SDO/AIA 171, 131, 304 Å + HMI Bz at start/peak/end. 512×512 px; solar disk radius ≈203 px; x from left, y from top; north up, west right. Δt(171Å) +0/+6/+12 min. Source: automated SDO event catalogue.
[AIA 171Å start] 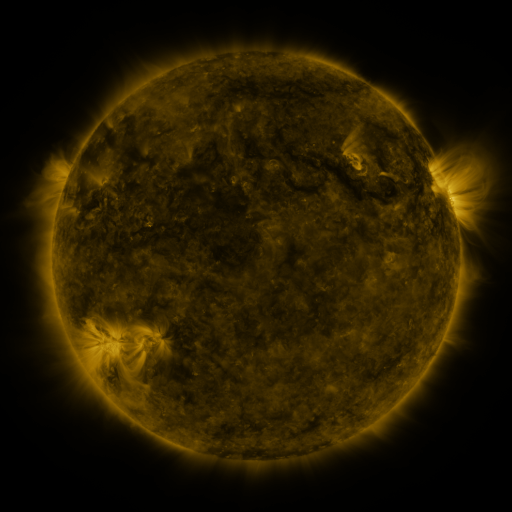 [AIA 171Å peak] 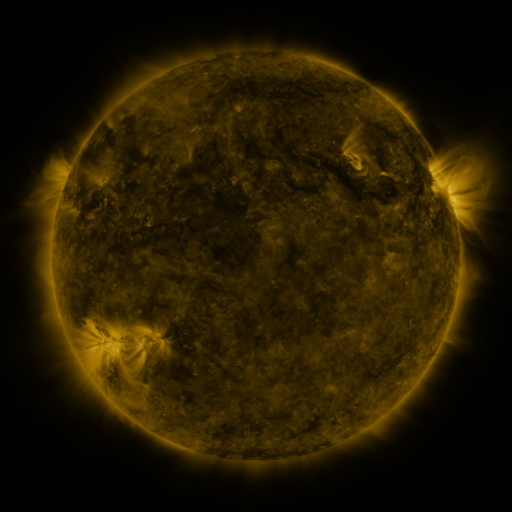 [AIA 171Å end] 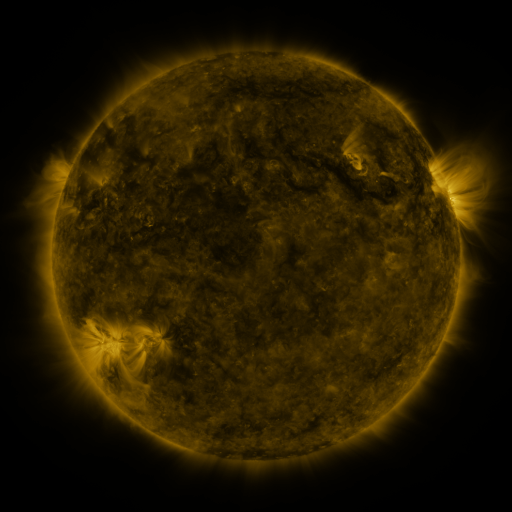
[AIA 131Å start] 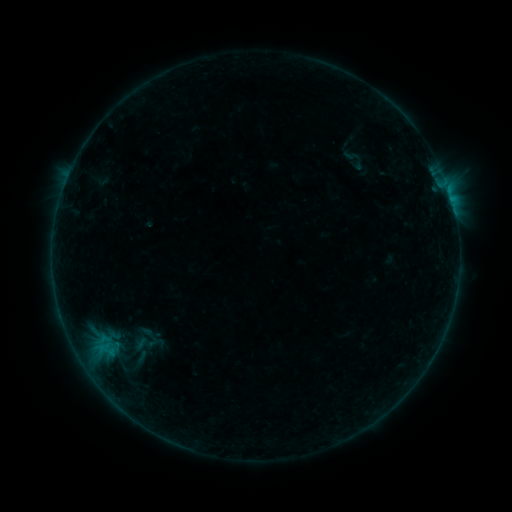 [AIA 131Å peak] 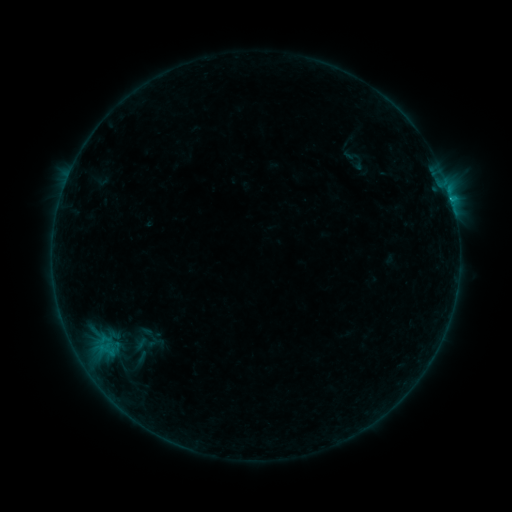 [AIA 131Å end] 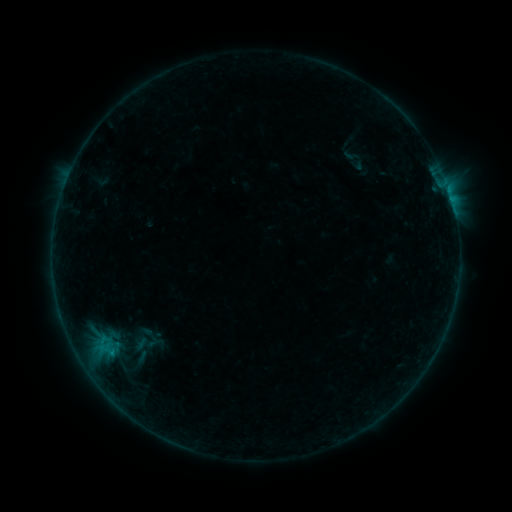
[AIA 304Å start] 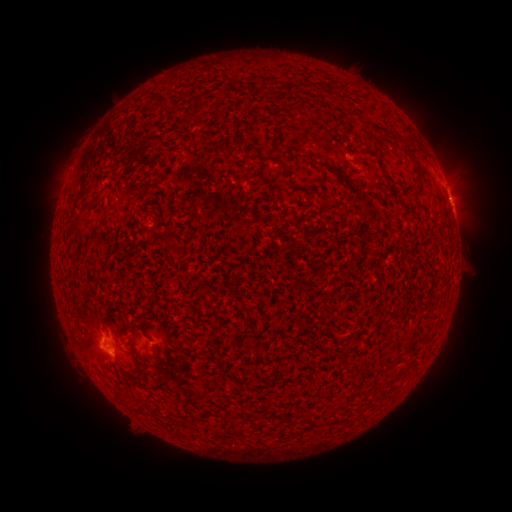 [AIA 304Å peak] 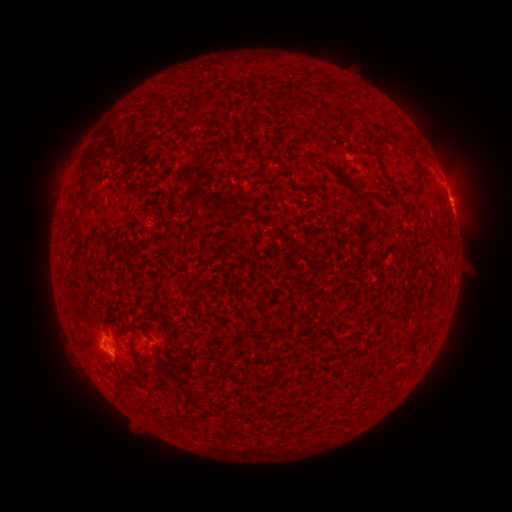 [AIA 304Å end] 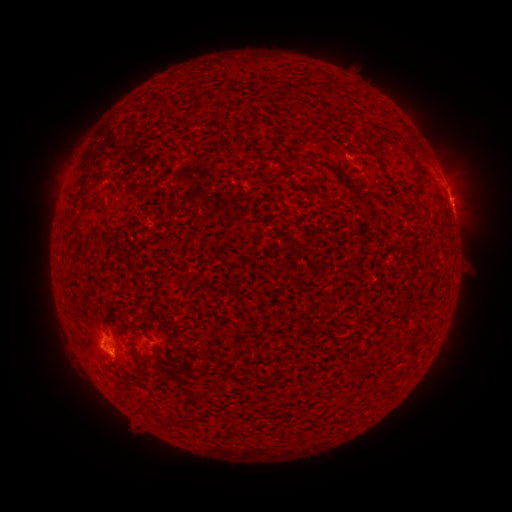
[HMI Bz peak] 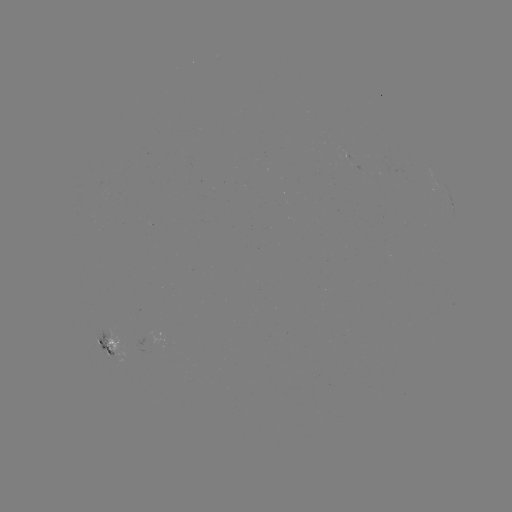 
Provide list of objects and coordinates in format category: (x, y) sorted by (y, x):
B3.9 flare: (72, 304)
